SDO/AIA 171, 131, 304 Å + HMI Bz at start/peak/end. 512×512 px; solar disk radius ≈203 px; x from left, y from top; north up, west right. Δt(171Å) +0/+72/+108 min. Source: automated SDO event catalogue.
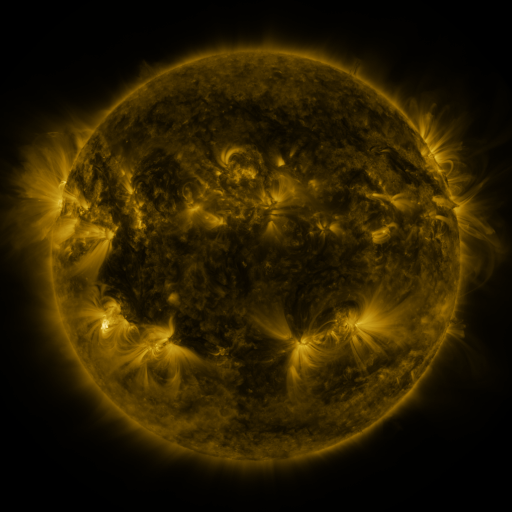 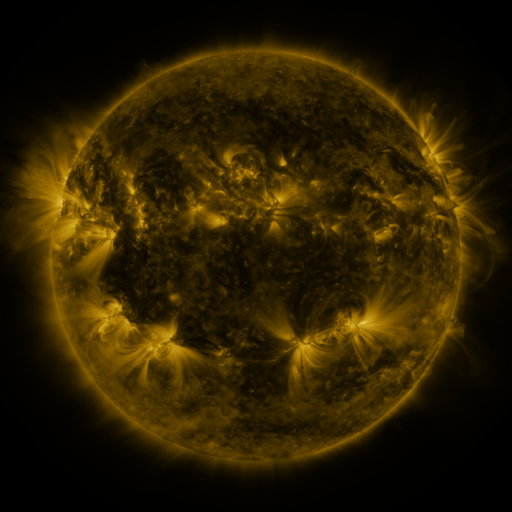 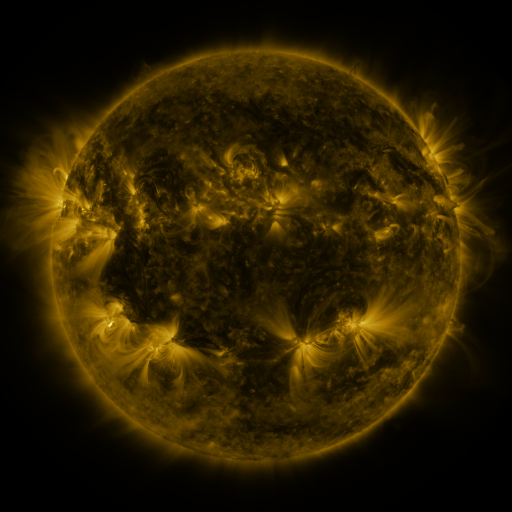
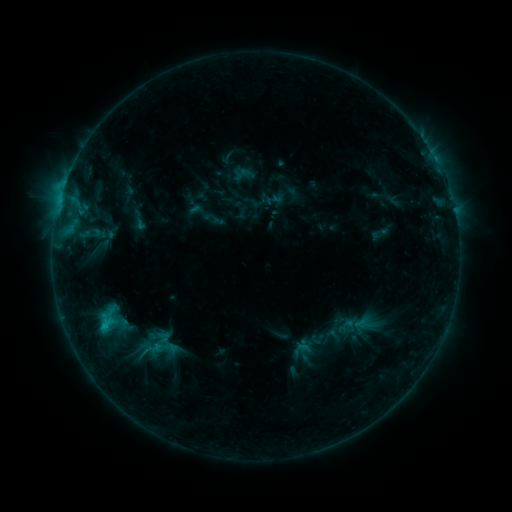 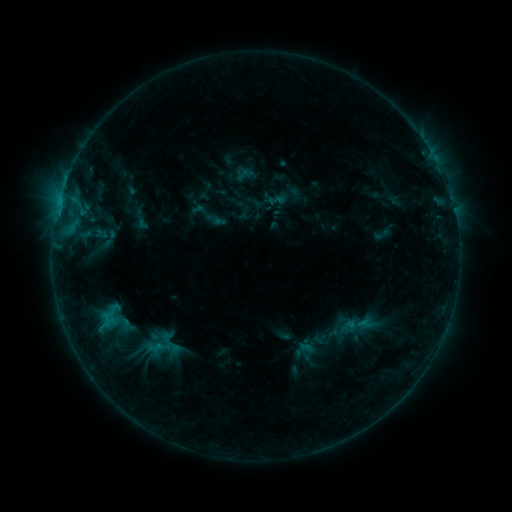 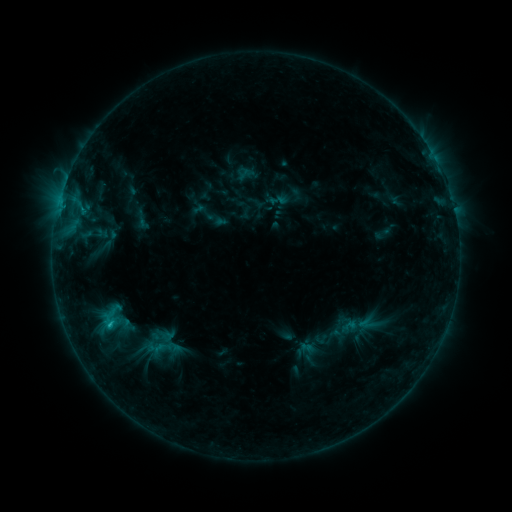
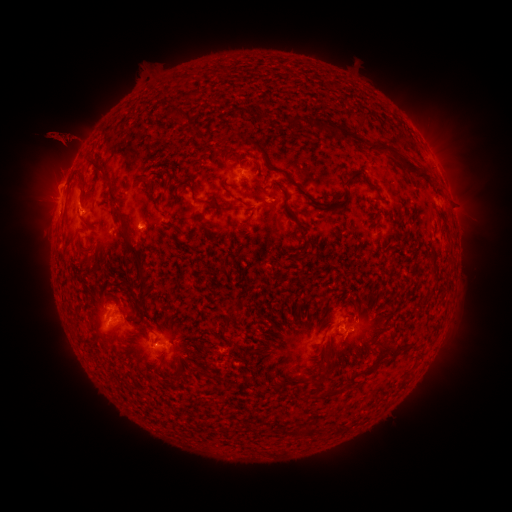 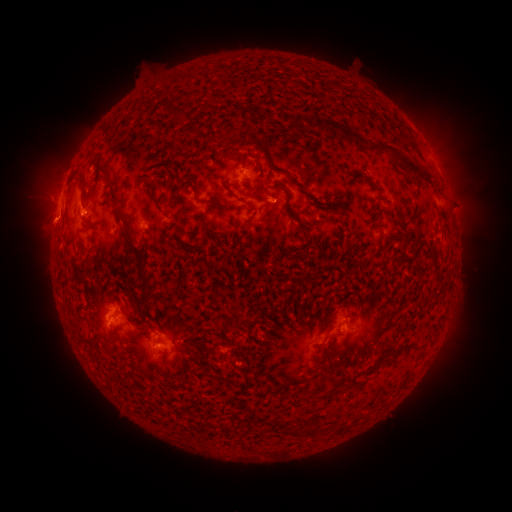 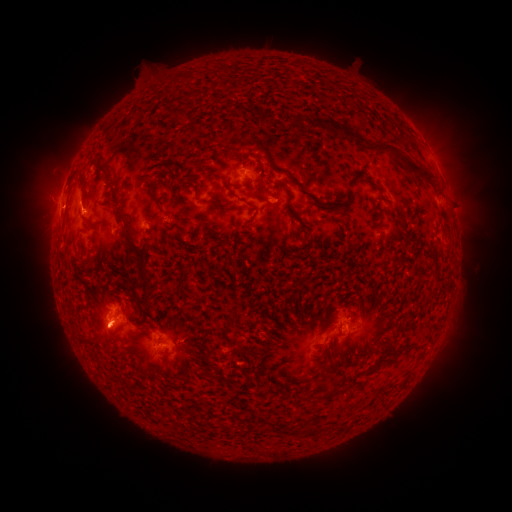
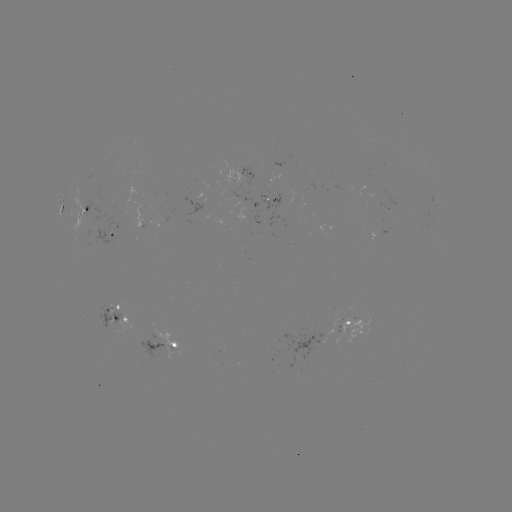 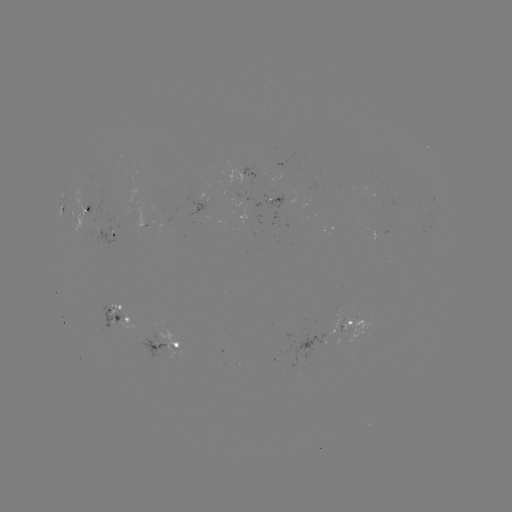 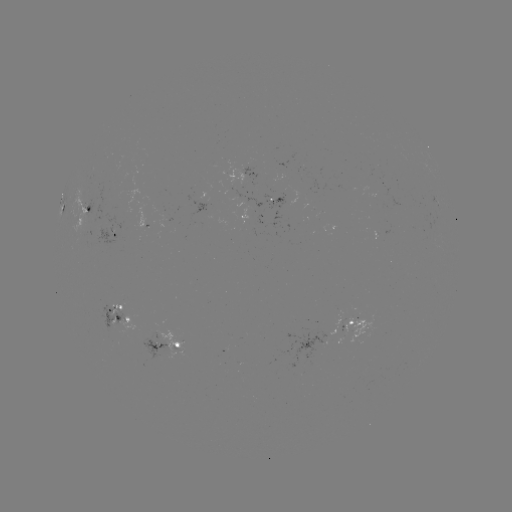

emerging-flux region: <bbox>300, 185, 315, 206</bbox>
